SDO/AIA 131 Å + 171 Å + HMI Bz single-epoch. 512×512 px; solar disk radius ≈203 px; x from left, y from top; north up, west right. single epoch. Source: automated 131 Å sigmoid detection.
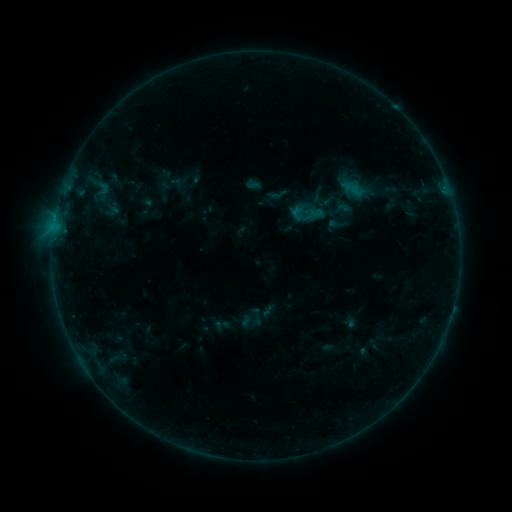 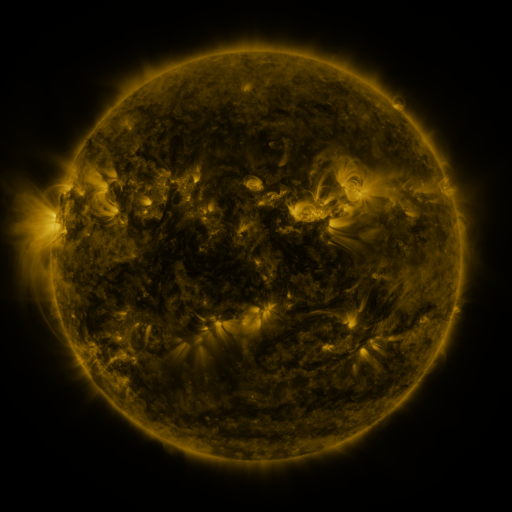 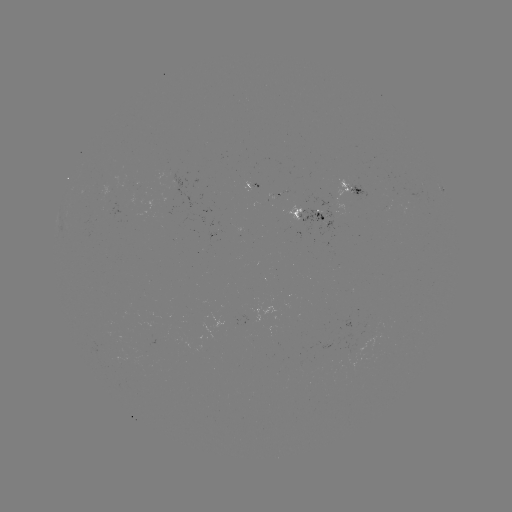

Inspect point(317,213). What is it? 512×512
sigmoid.